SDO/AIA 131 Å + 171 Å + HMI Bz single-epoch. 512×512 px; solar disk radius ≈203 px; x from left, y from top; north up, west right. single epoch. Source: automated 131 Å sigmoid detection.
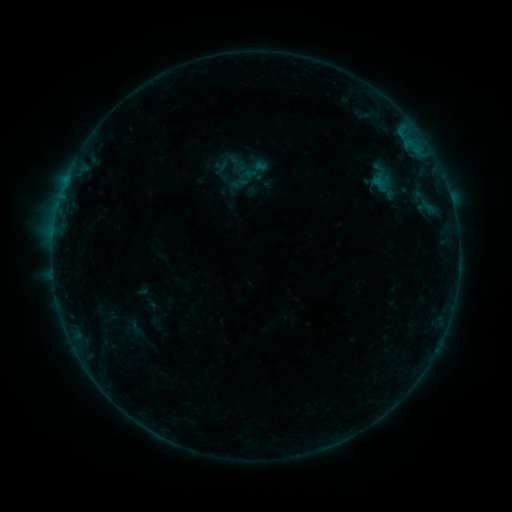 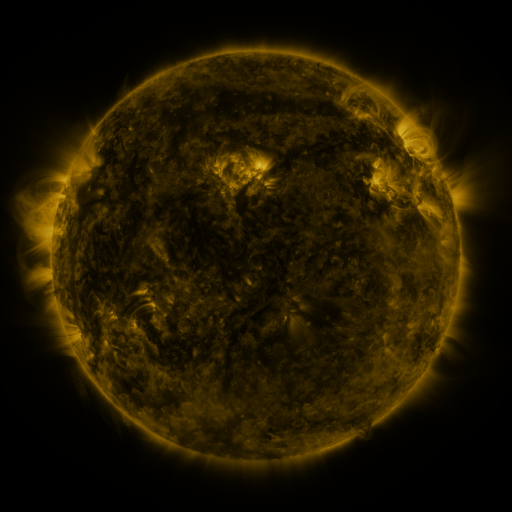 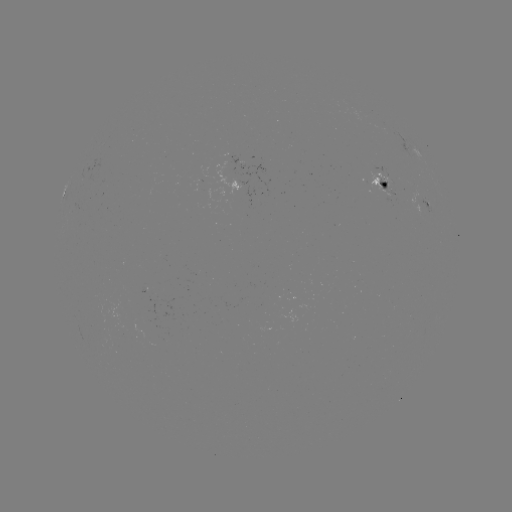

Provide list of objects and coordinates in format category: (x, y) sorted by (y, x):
sigmoid: (222, 164)
sigmoid: (239, 183)
